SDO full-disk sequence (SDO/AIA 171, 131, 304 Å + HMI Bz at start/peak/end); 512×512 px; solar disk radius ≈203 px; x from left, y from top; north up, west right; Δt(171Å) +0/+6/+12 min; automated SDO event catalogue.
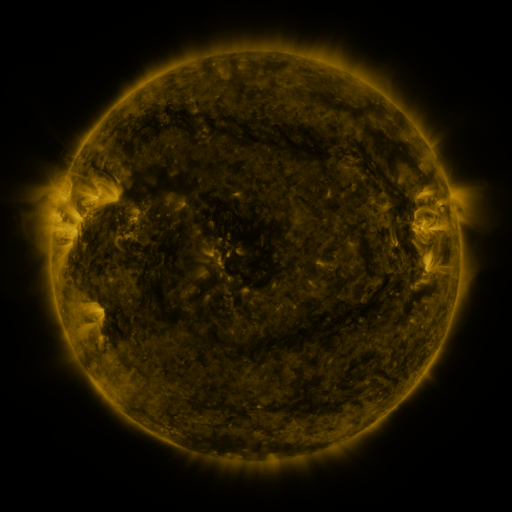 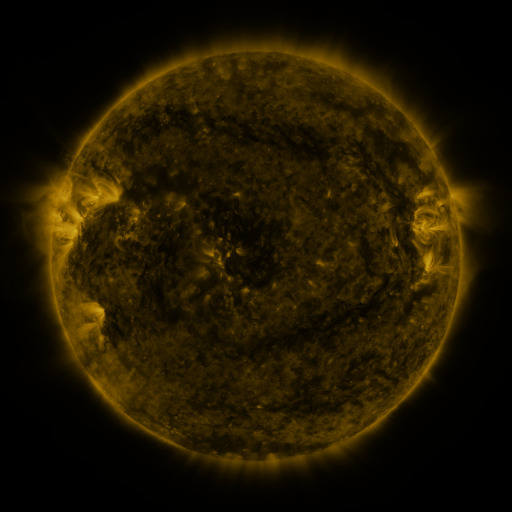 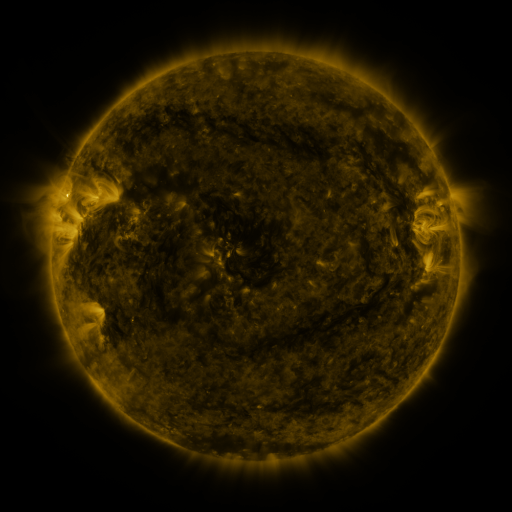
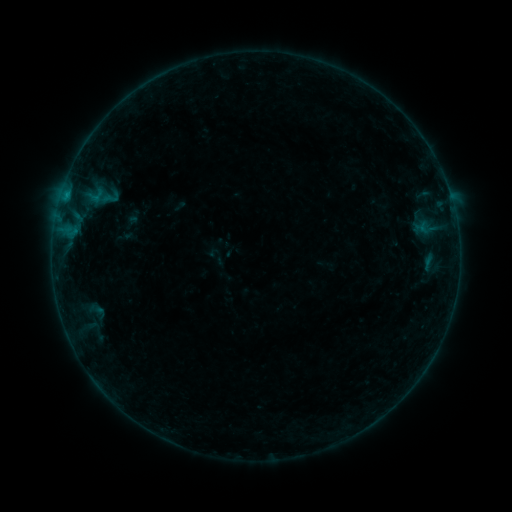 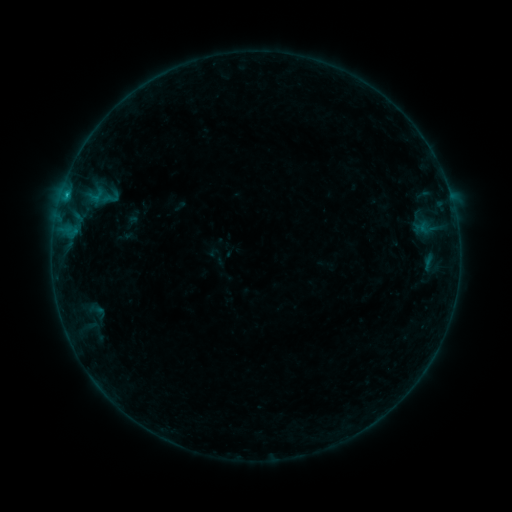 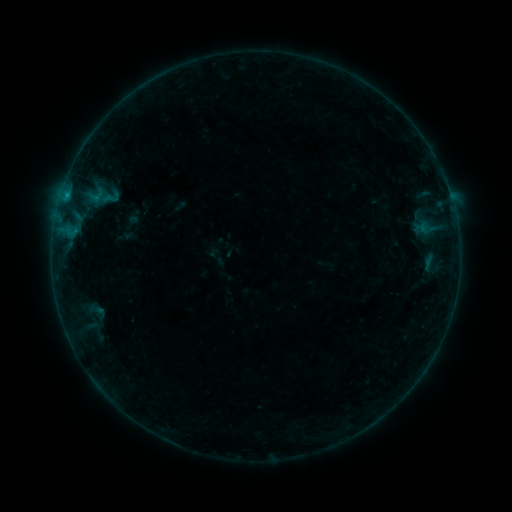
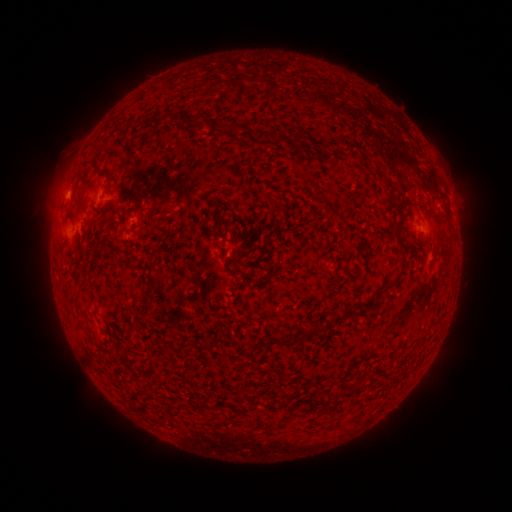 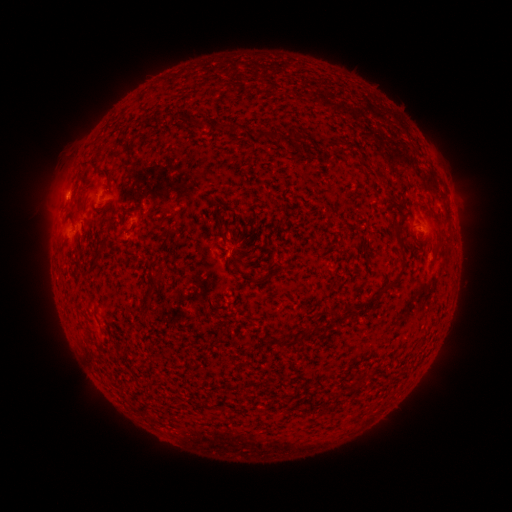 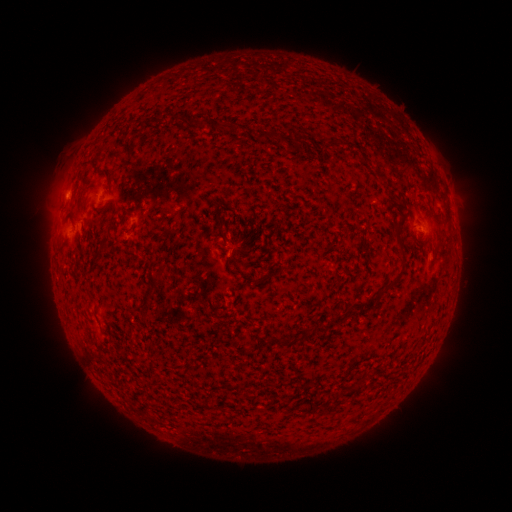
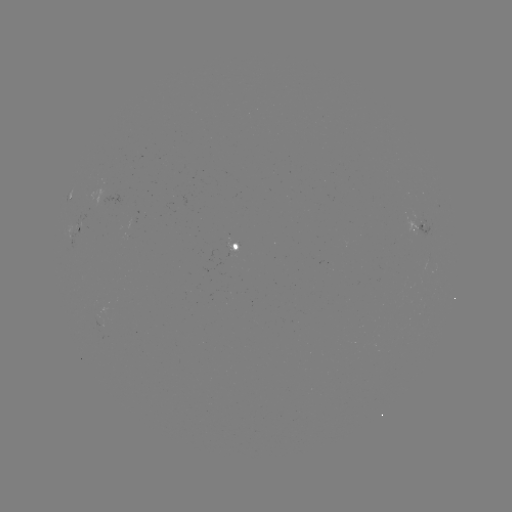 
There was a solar flare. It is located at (67, 196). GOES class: B3.0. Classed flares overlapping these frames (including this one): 1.